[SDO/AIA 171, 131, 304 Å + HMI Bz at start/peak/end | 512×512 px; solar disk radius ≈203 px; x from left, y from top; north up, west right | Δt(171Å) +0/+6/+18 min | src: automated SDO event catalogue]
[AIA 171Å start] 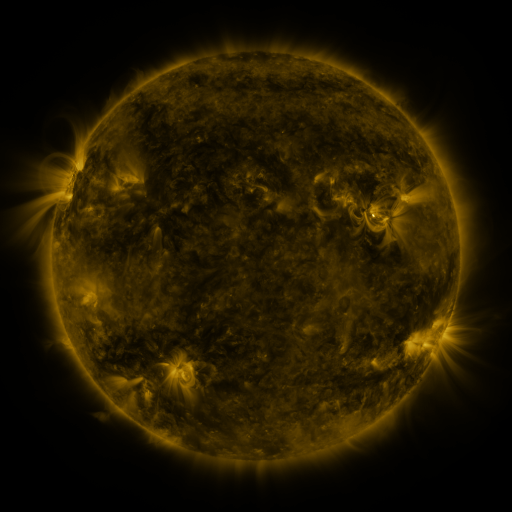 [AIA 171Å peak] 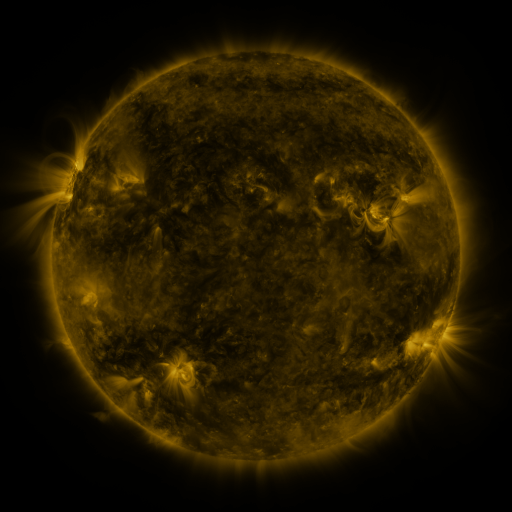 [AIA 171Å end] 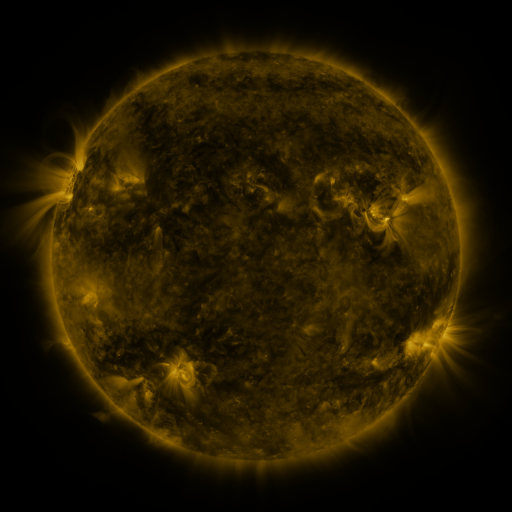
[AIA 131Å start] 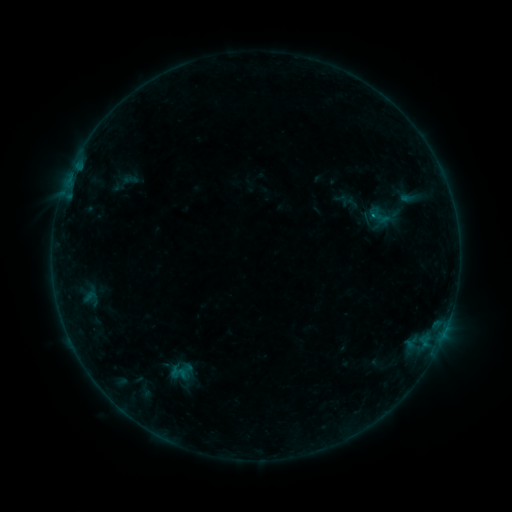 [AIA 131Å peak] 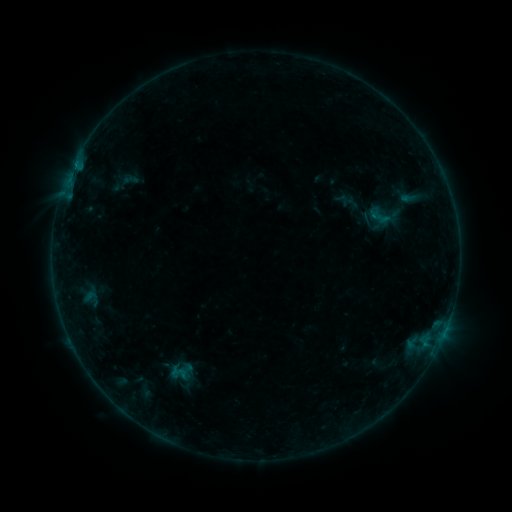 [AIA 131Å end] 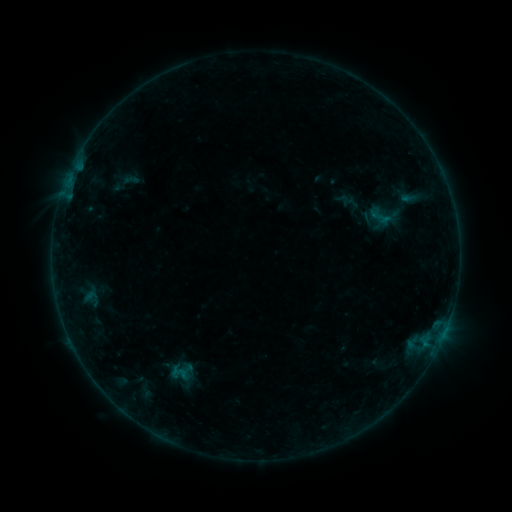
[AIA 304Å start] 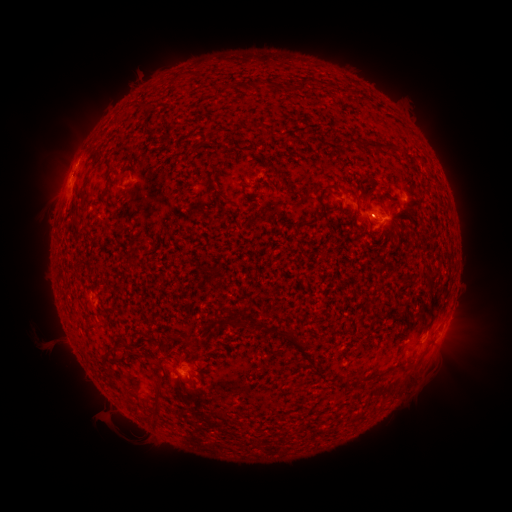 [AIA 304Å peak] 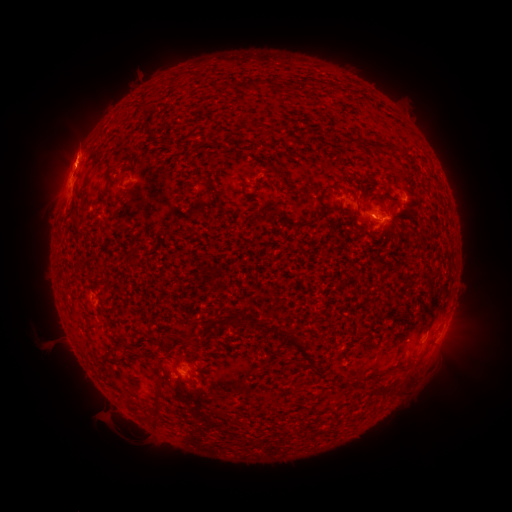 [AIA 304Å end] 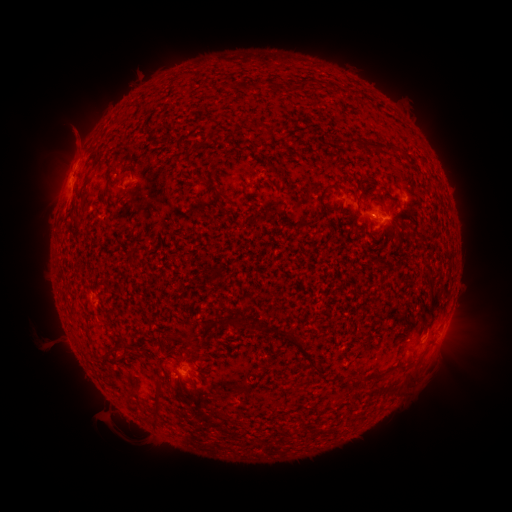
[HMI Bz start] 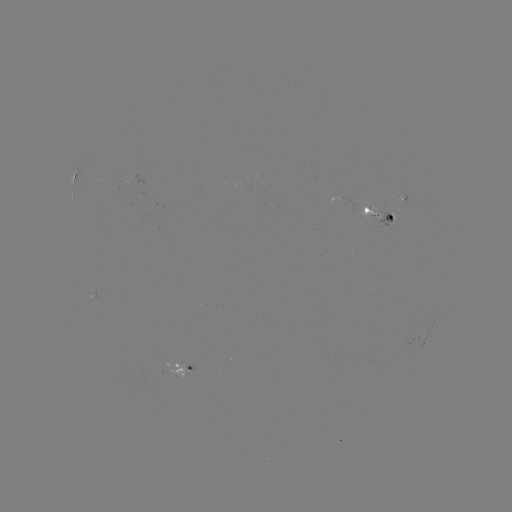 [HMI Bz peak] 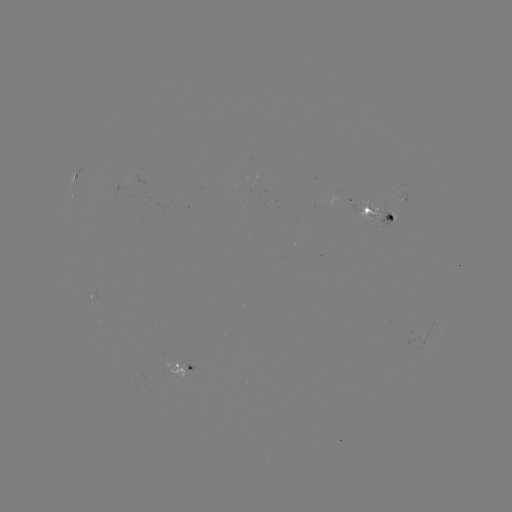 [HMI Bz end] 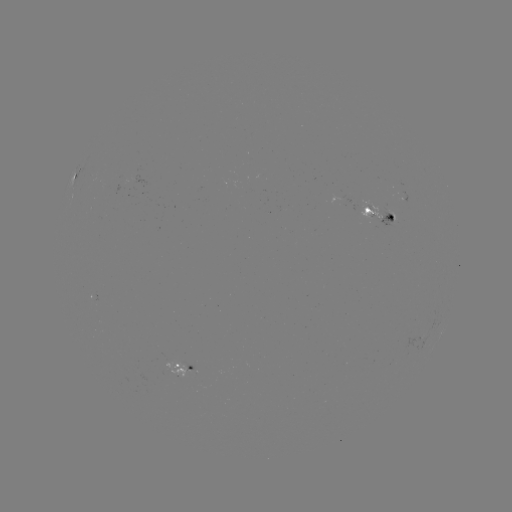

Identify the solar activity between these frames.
eruption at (72, 145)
